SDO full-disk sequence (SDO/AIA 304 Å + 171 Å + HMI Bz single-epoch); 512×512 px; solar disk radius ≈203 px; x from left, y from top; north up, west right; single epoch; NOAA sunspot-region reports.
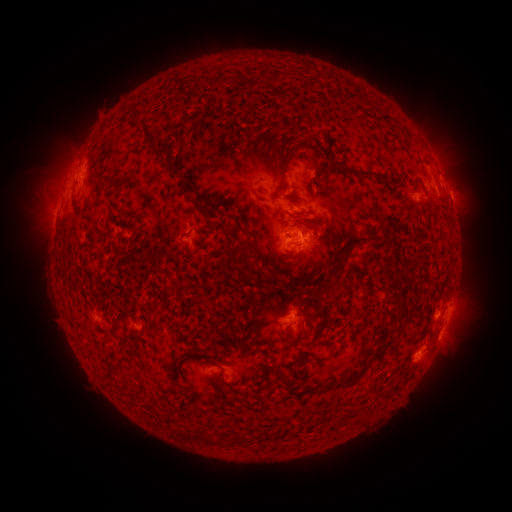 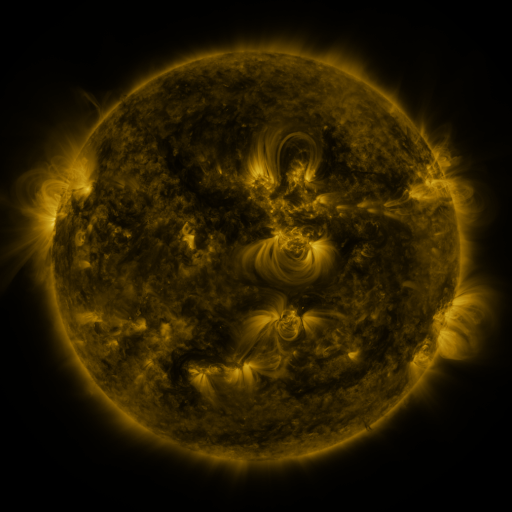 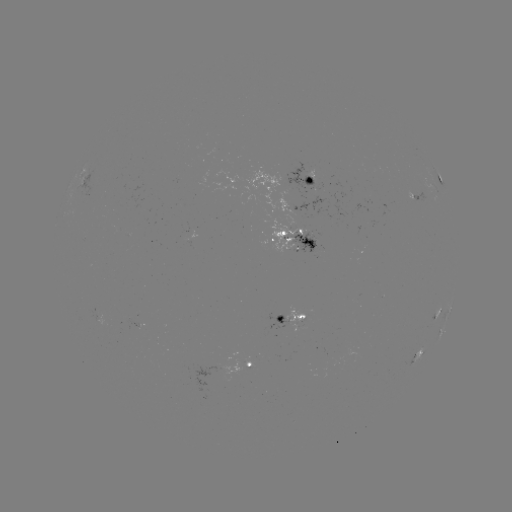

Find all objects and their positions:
spotted active region: (311, 177)
spotted active region: (442, 183)
spotted active region: (417, 193)
spotted active region: (301, 236)
spotted active region: (447, 315)
spotted active region: (294, 317)
spotted active region: (136, 320)
spotted active region: (440, 333)
spotted active region: (419, 355)
spotted active region: (252, 363)
